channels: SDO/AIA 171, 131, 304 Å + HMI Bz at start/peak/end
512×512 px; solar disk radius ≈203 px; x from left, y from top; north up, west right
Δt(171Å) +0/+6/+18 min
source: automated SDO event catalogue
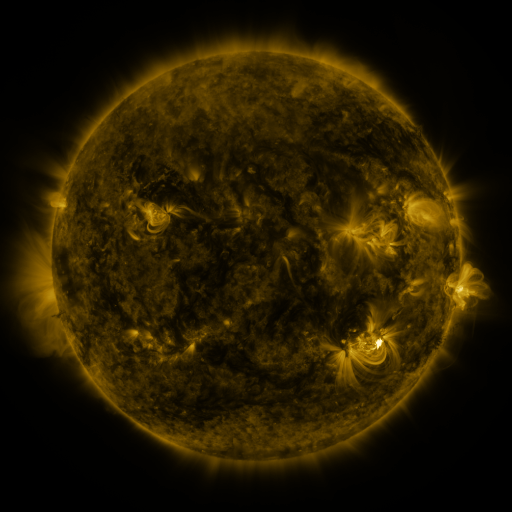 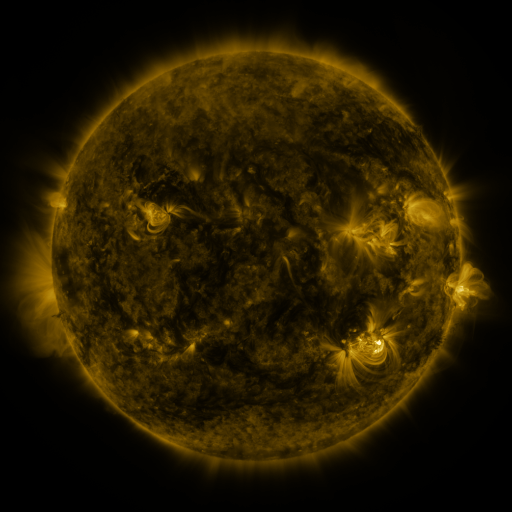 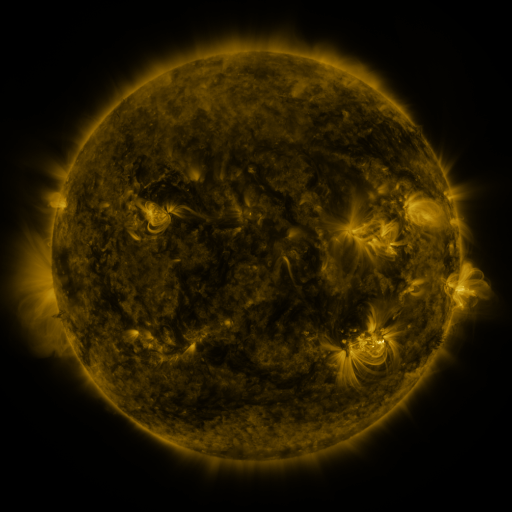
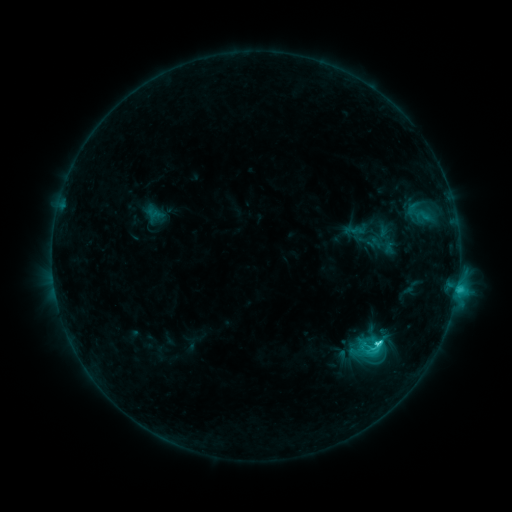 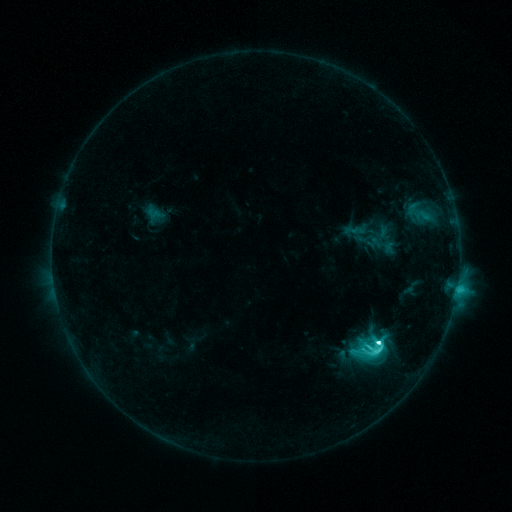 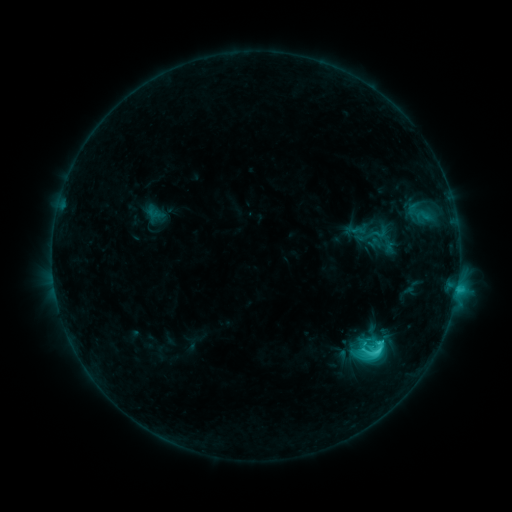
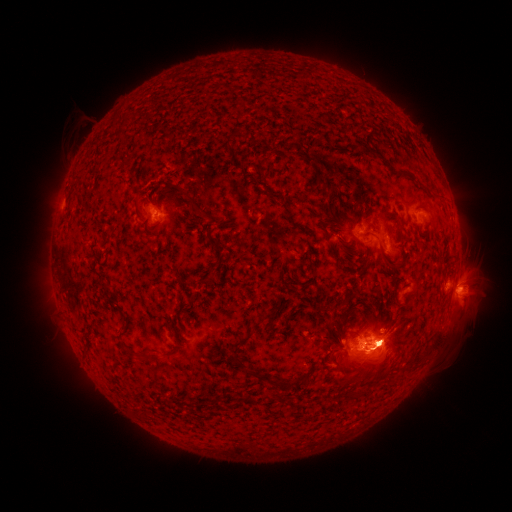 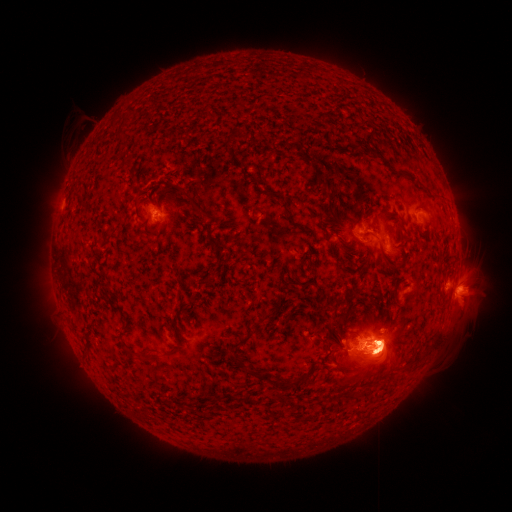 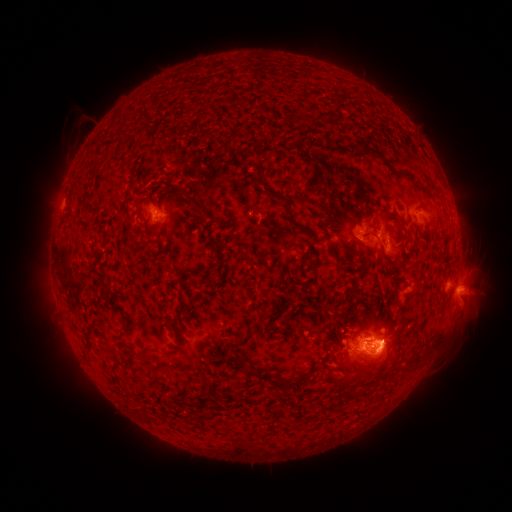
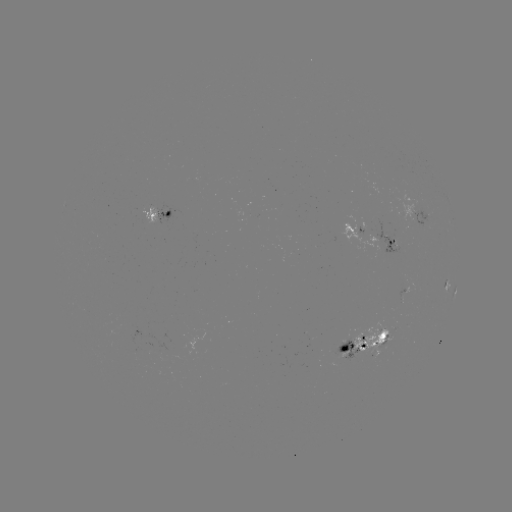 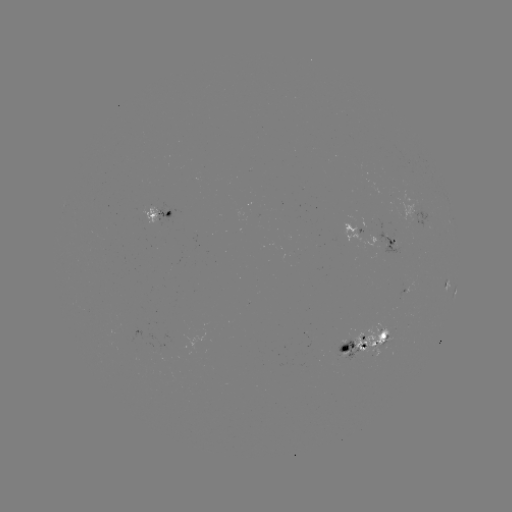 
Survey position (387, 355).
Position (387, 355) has eruption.